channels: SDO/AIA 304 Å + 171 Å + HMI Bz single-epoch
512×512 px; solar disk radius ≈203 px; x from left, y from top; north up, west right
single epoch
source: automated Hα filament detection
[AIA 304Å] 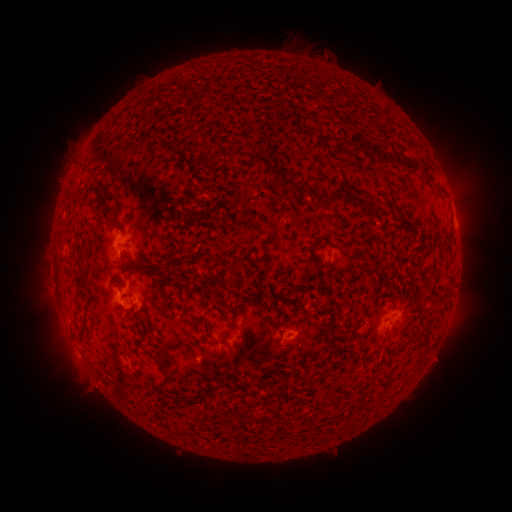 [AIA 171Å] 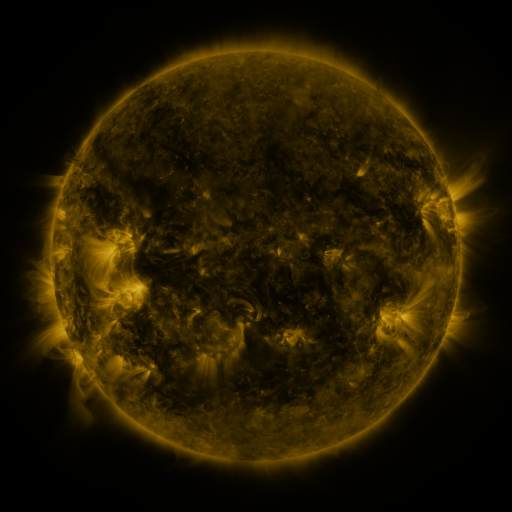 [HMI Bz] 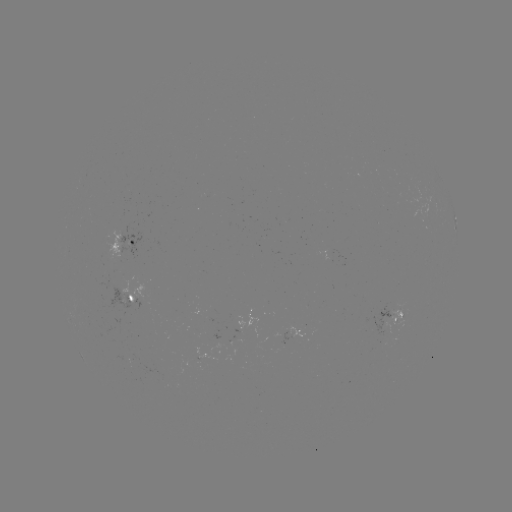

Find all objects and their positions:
filament: (164, 144)
filament: (371, 149)
filament: (268, 163)
filament: (291, 183)
filament: (333, 201)
filament: (118, 227)
filament: (312, 246)
filament: (82, 255)
filament: (110, 262)
filament: (136, 269)
filament: (130, 297)
filament: (205, 337)
filament: (278, 343)
filament: (159, 359)
filament: (190, 400)
